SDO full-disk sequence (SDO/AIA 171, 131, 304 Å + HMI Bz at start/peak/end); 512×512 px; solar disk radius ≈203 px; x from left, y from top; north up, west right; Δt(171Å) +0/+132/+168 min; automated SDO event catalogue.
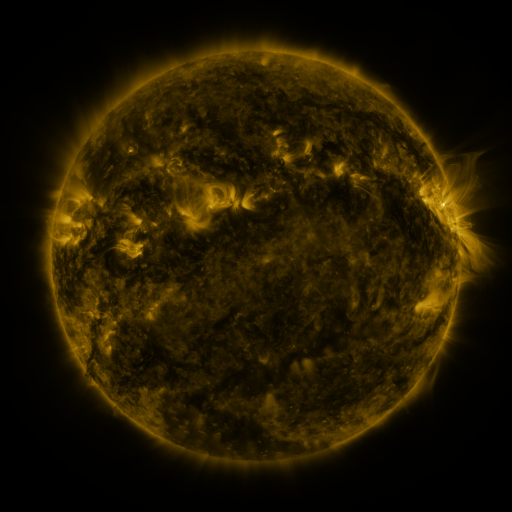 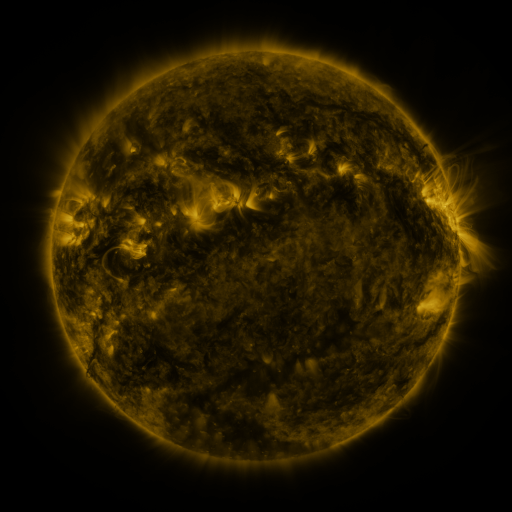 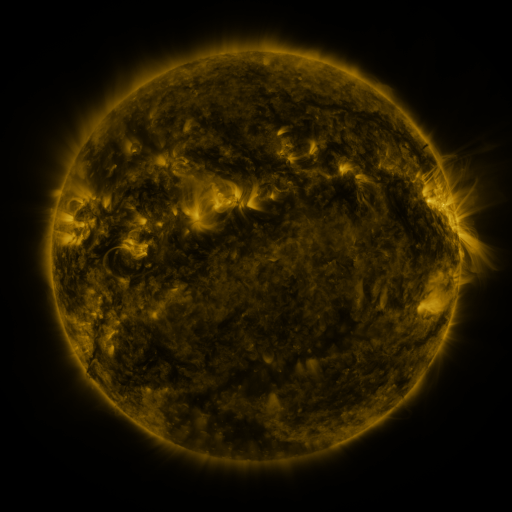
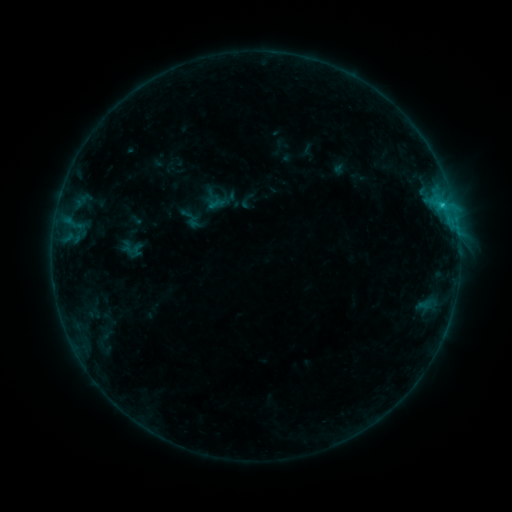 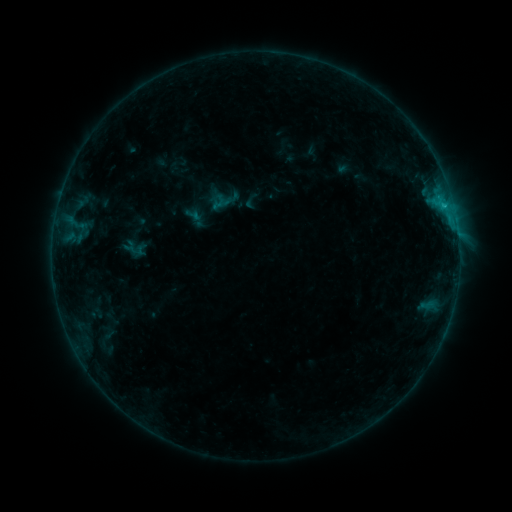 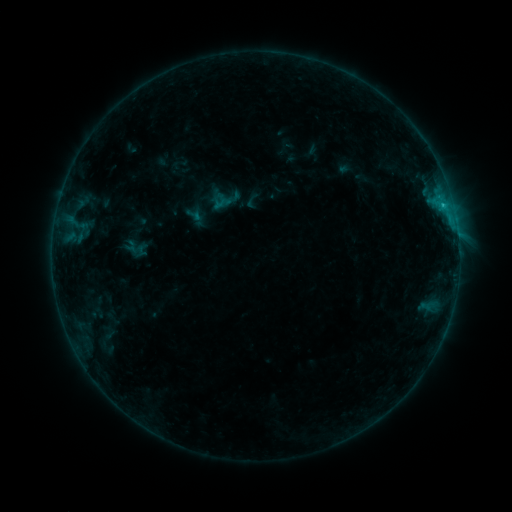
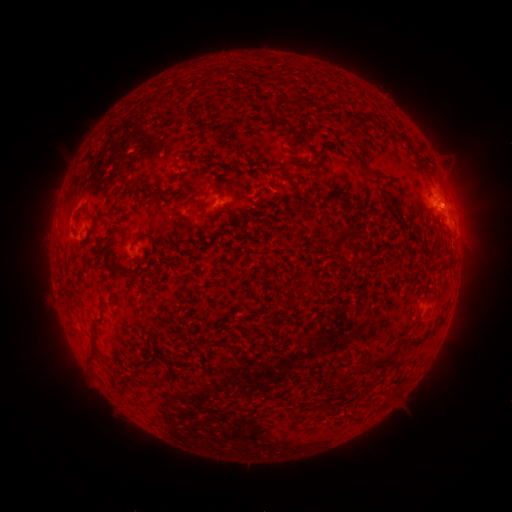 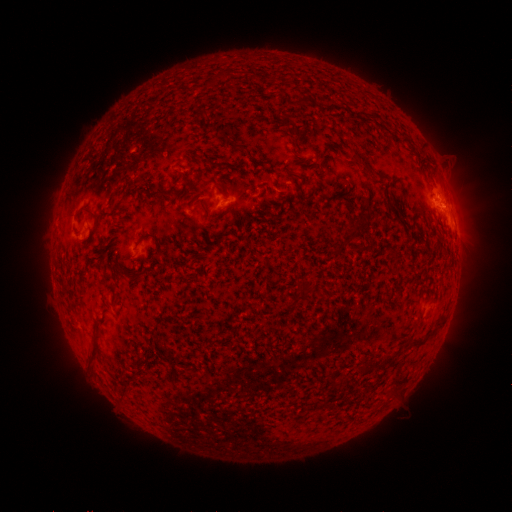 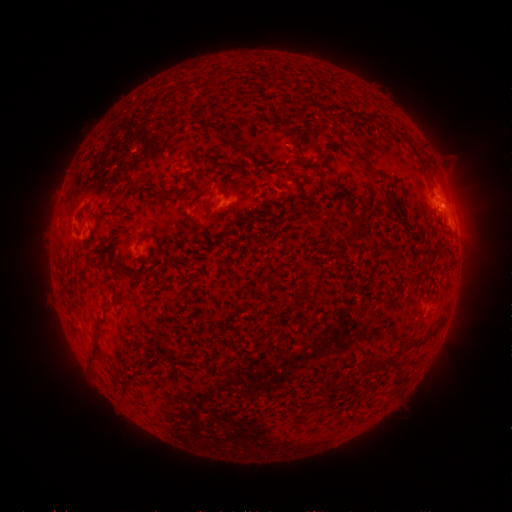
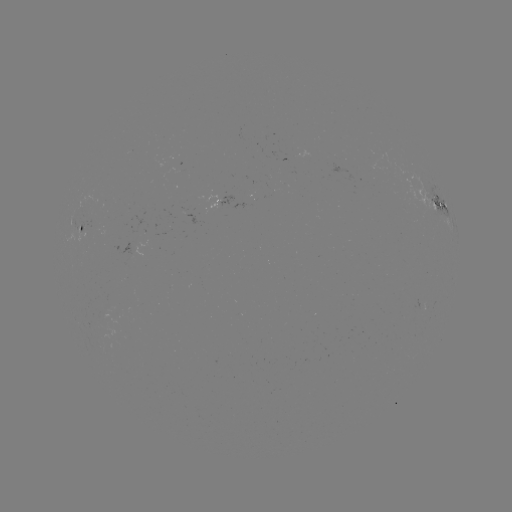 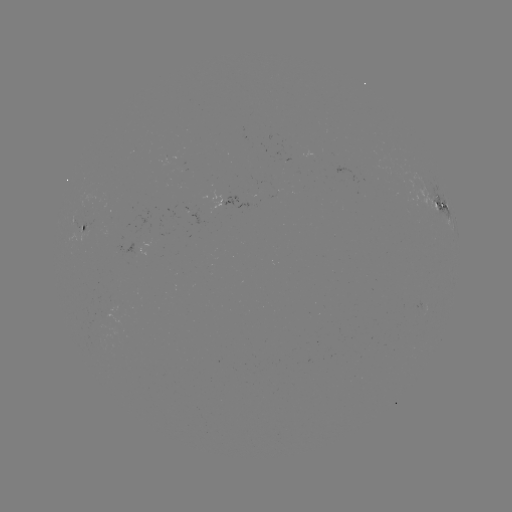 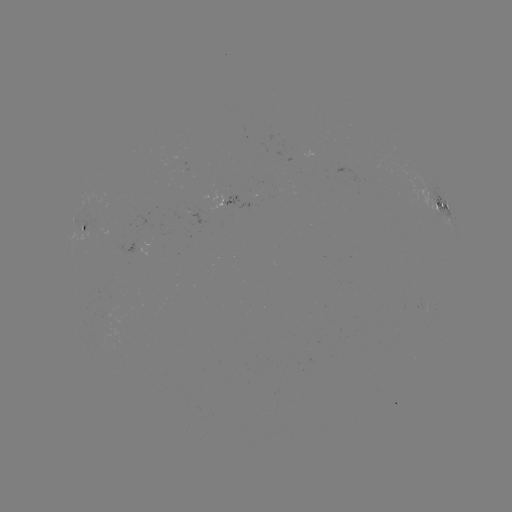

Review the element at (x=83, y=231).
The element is emerging-flux region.